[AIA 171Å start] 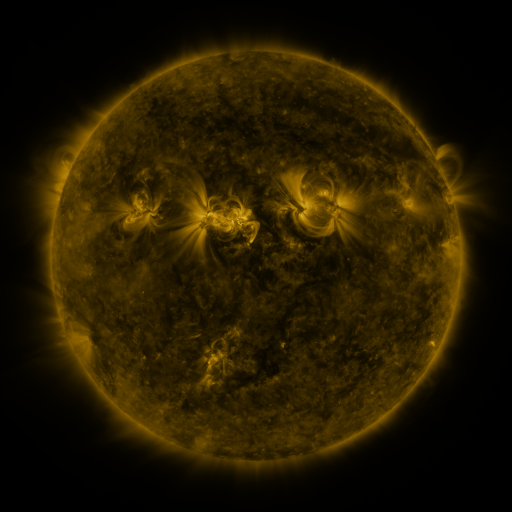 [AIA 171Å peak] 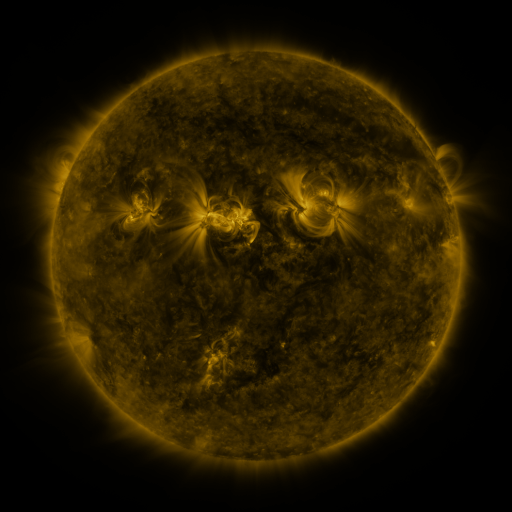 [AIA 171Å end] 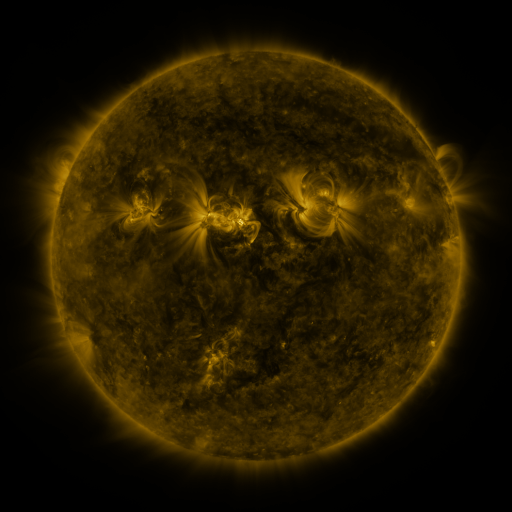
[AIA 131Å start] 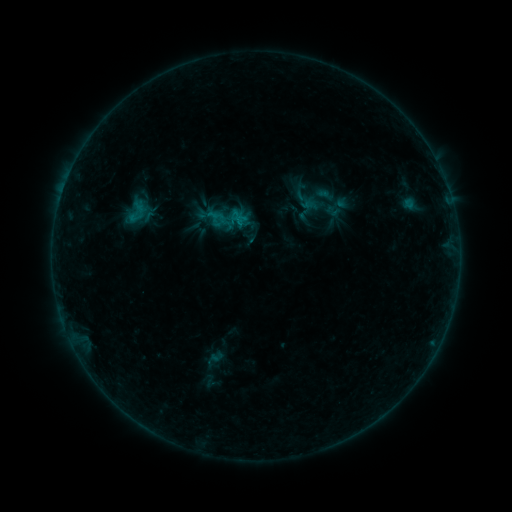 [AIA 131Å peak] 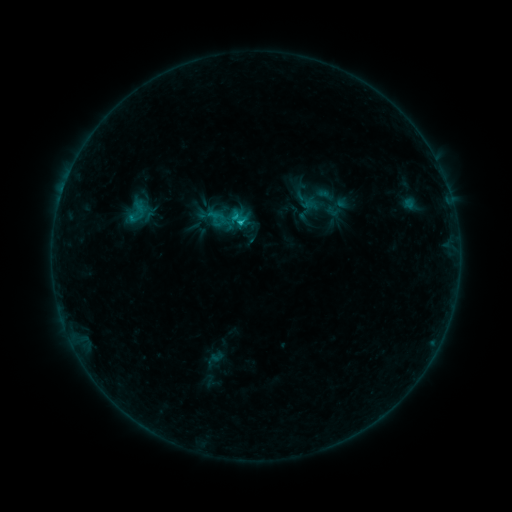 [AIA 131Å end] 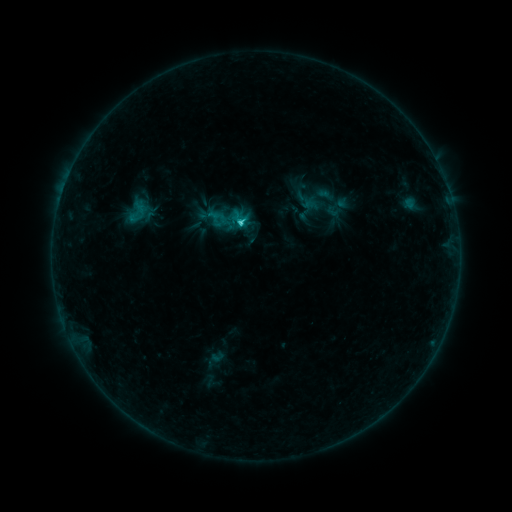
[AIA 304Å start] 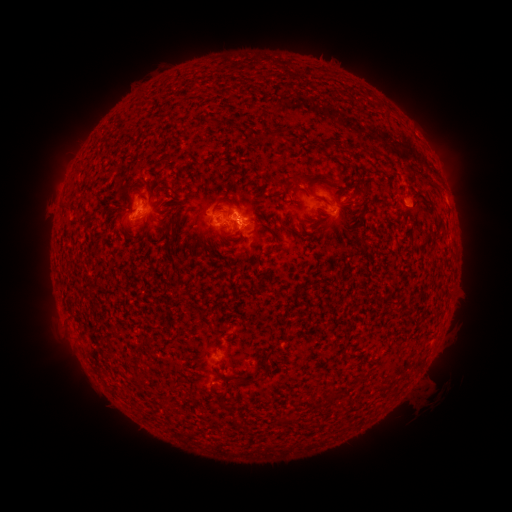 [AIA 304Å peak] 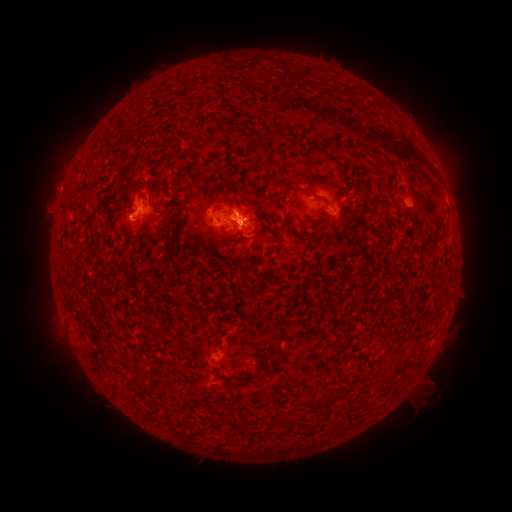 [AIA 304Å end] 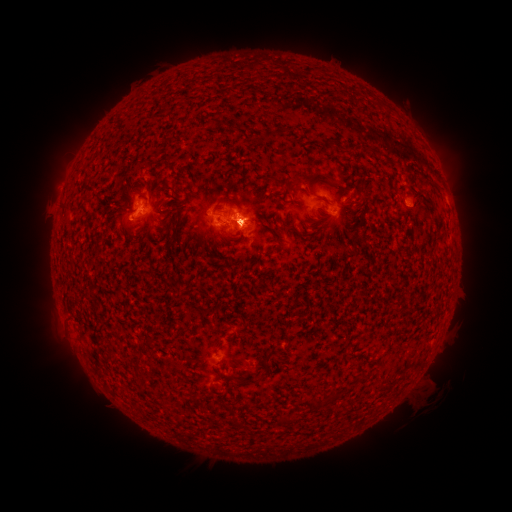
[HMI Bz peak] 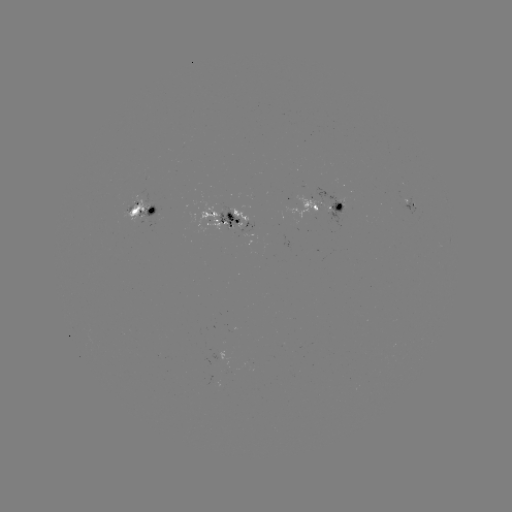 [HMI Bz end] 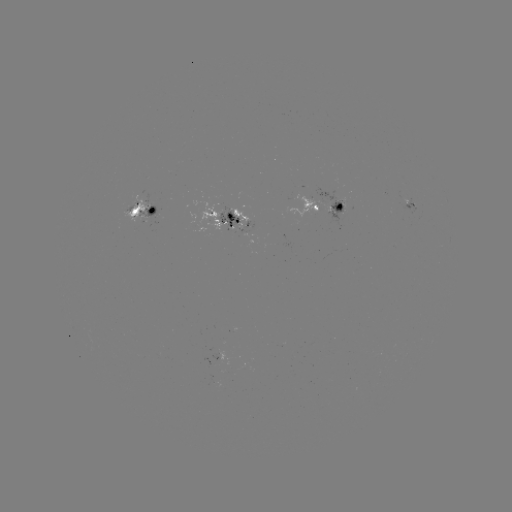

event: flare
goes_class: C1.8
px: (242, 226)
